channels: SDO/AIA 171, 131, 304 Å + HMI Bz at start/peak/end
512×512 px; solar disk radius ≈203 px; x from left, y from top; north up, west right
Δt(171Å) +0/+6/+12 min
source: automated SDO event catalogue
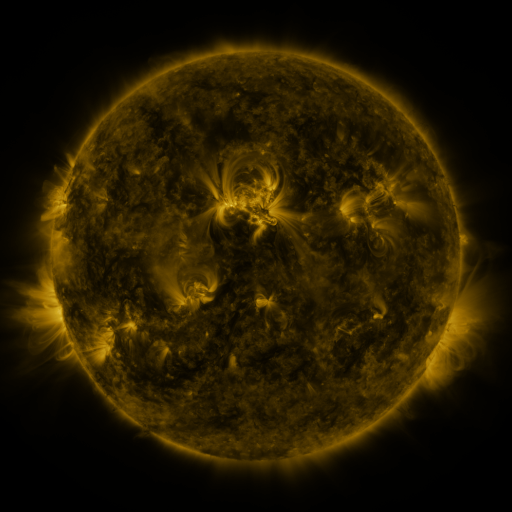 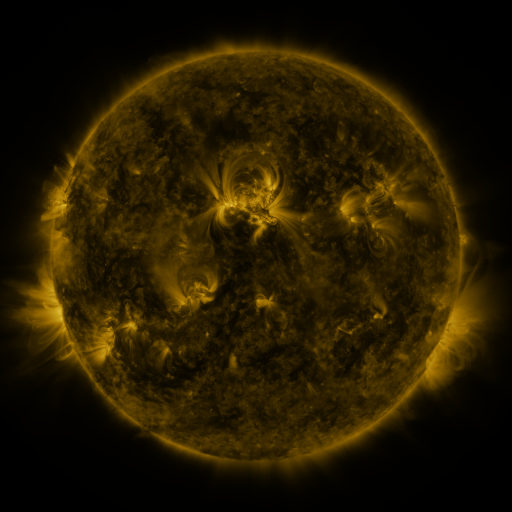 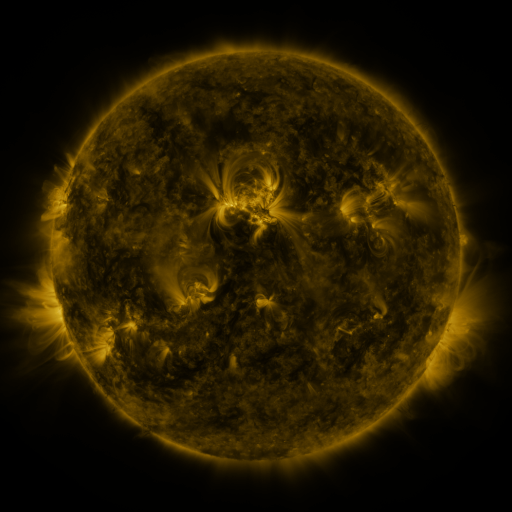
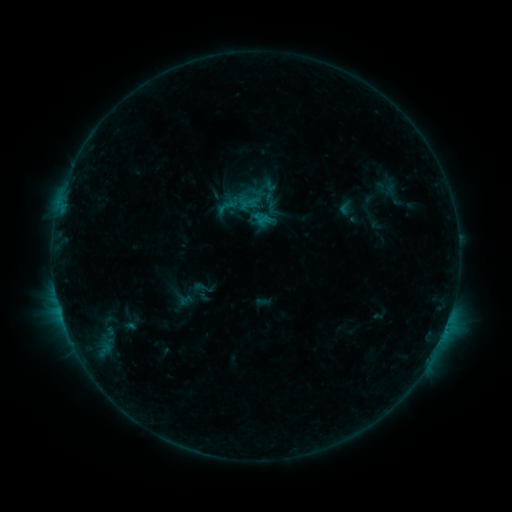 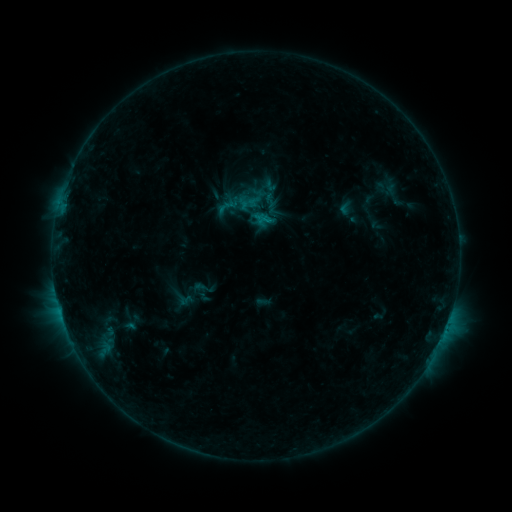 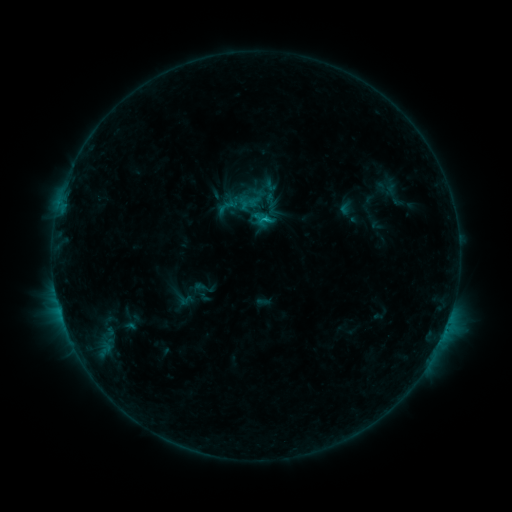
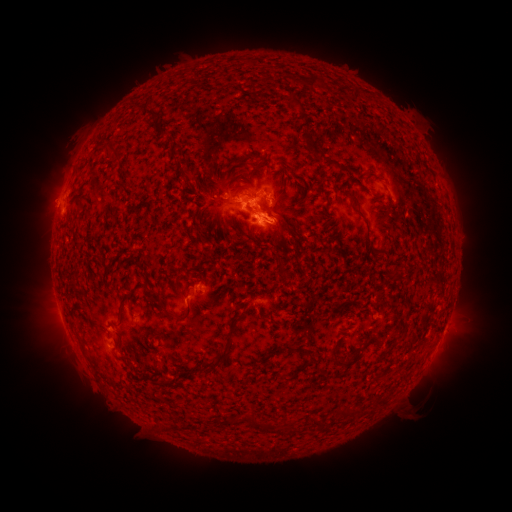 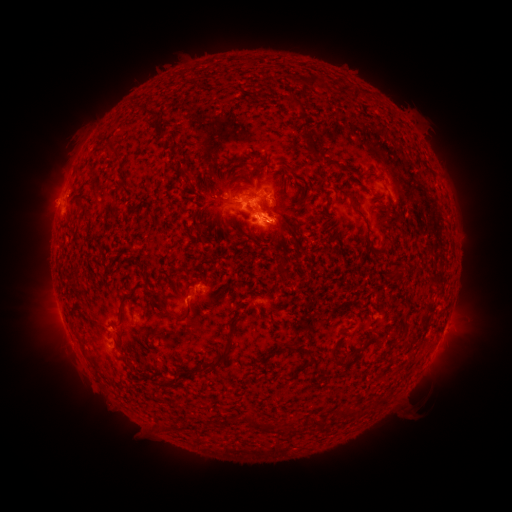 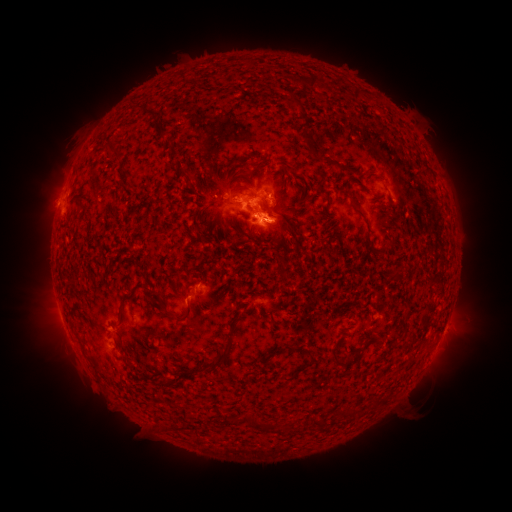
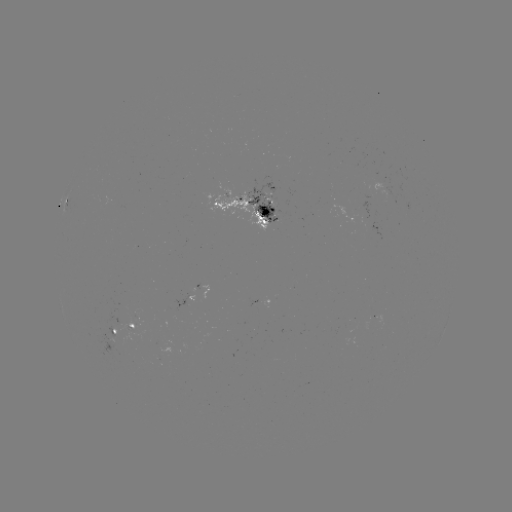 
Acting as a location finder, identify B9.6 flare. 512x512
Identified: [59, 308].